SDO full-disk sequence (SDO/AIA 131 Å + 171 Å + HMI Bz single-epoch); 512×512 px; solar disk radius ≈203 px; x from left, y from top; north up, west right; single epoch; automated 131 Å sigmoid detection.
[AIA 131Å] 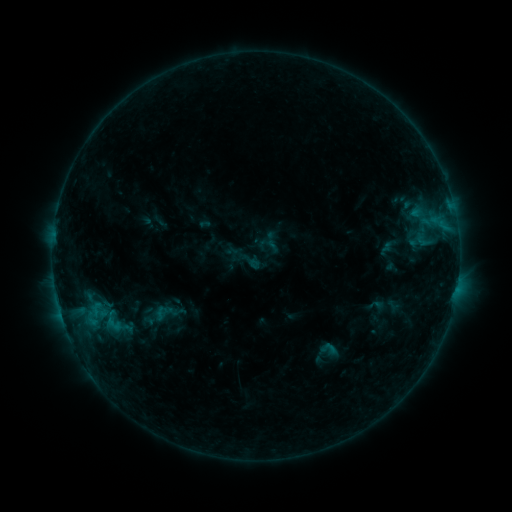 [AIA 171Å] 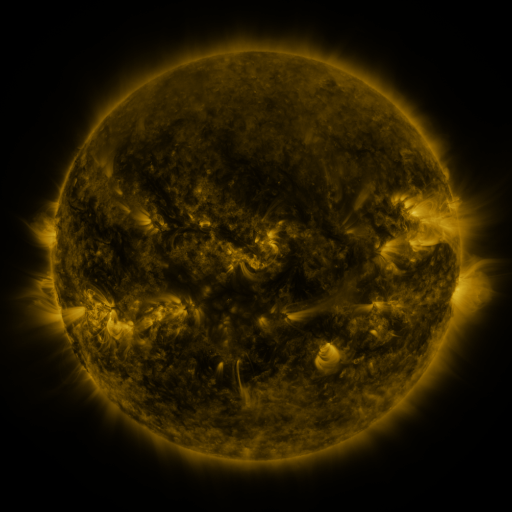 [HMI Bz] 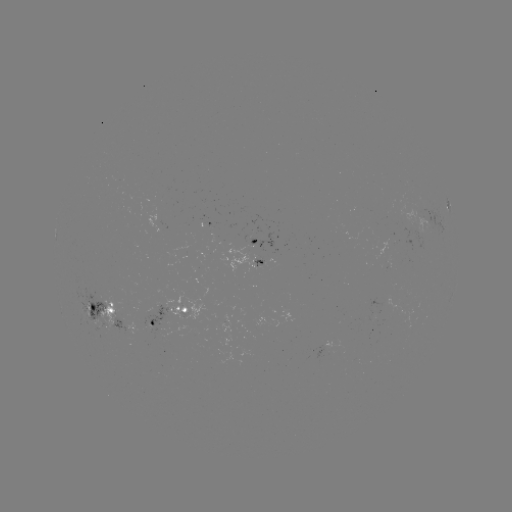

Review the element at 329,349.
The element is sigmoid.